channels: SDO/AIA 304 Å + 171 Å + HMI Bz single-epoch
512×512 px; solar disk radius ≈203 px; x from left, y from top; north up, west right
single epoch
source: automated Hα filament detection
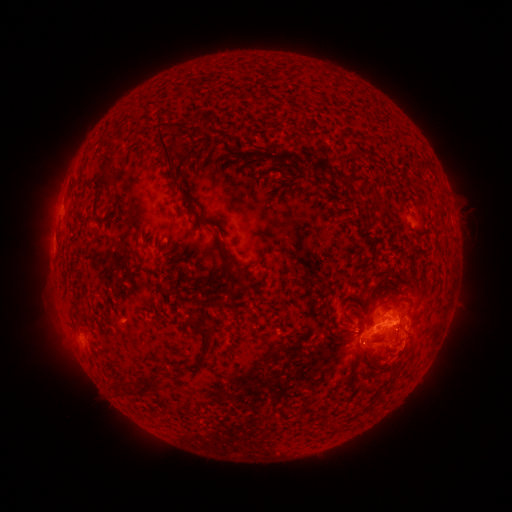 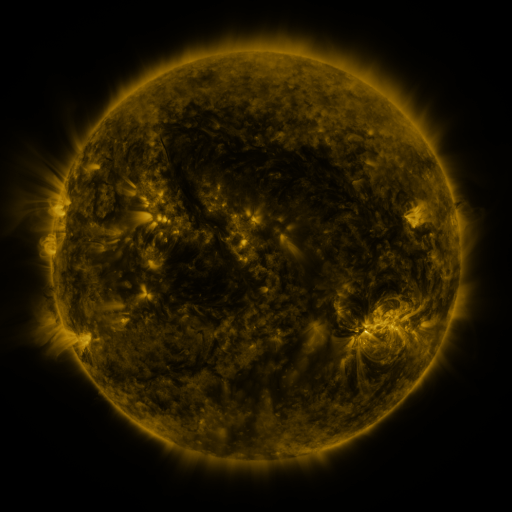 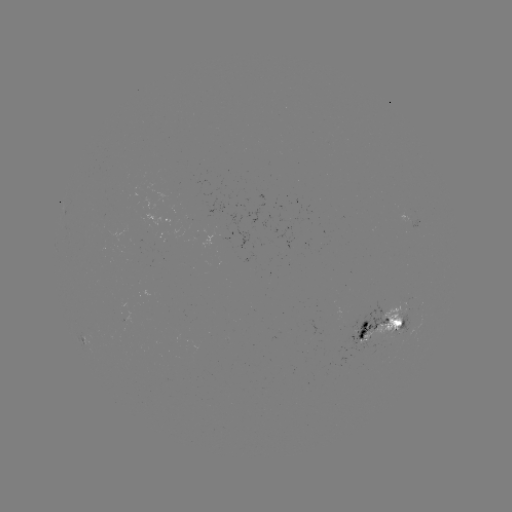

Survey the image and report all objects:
filament: (156, 137, 170, 166)
filament: (101, 156, 113, 166)
filament: (343, 174, 363, 184)
filament: (97, 176, 110, 191)
filament: (174, 185, 183, 193)
filament: (222, 267, 265, 314)
filament: (380, 270, 390, 281)
filament: (396, 274, 423, 306)
filament: (356, 313, 376, 340)
filament: (370, 314, 406, 343)
filament: (189, 324, 216, 353)
filament: (350, 324, 359, 334)
filament: (406, 328, 415, 339)
filament: (137, 379, 160, 396)
